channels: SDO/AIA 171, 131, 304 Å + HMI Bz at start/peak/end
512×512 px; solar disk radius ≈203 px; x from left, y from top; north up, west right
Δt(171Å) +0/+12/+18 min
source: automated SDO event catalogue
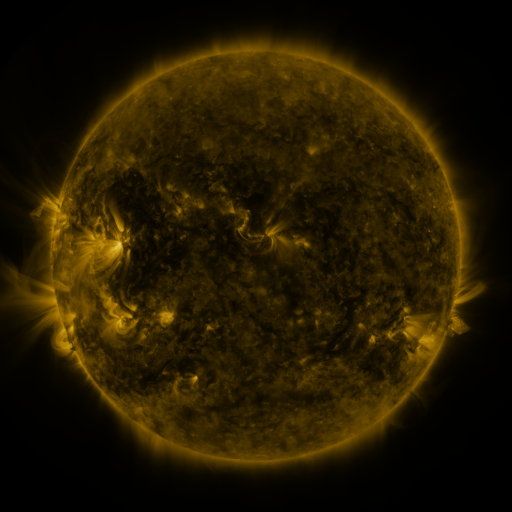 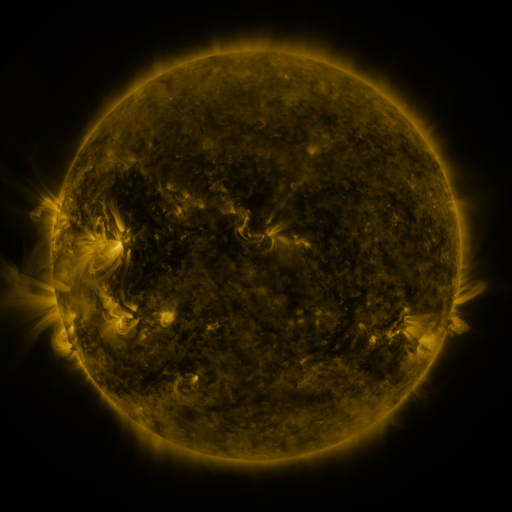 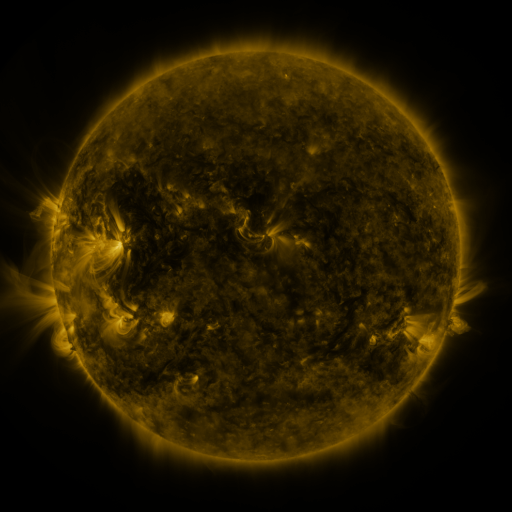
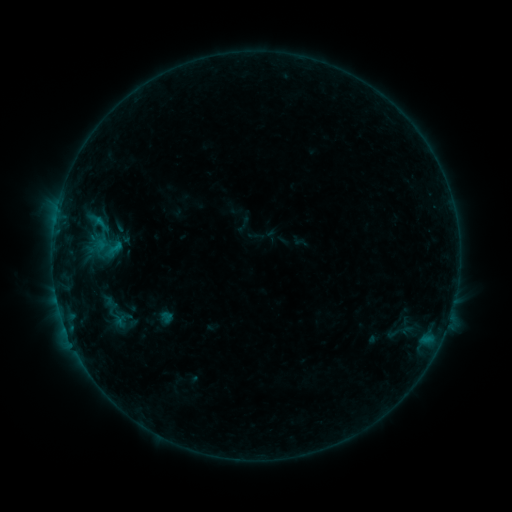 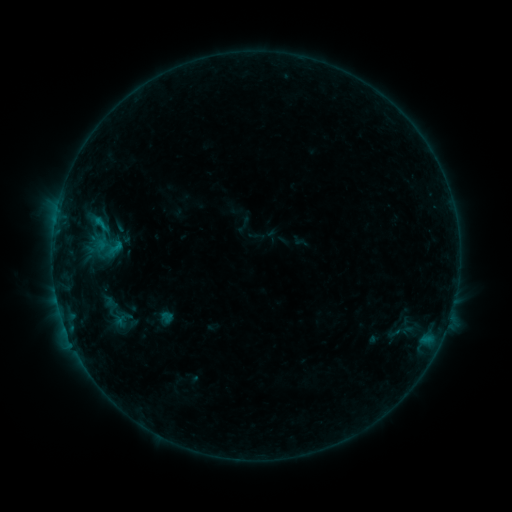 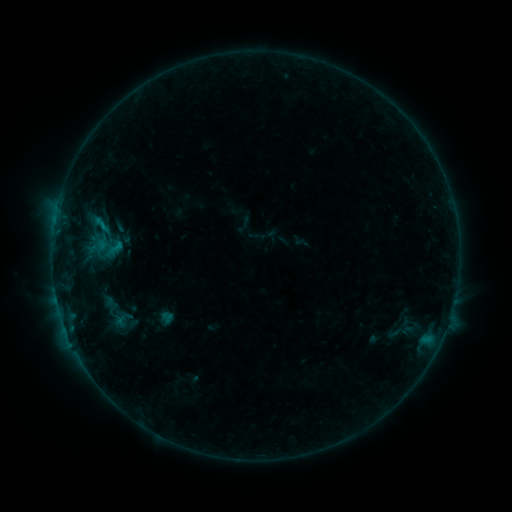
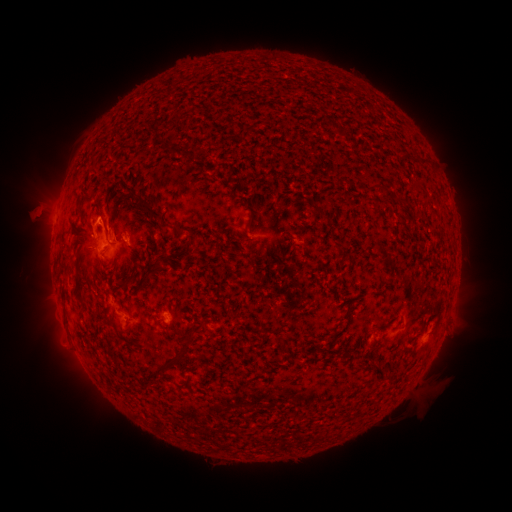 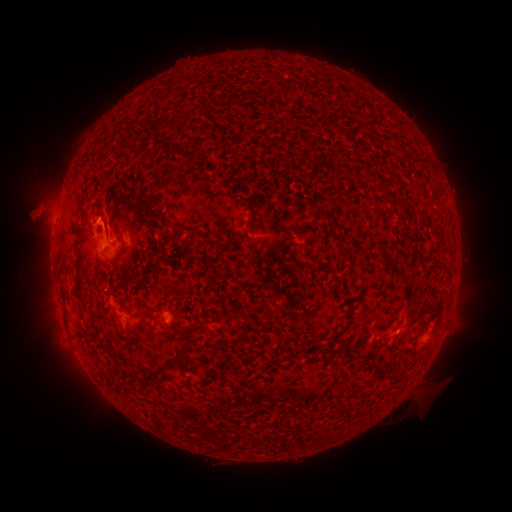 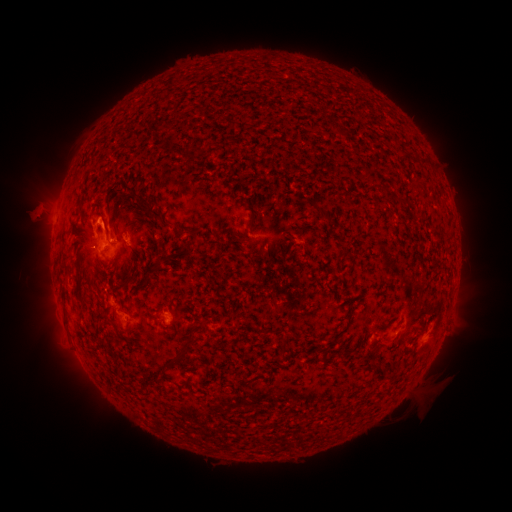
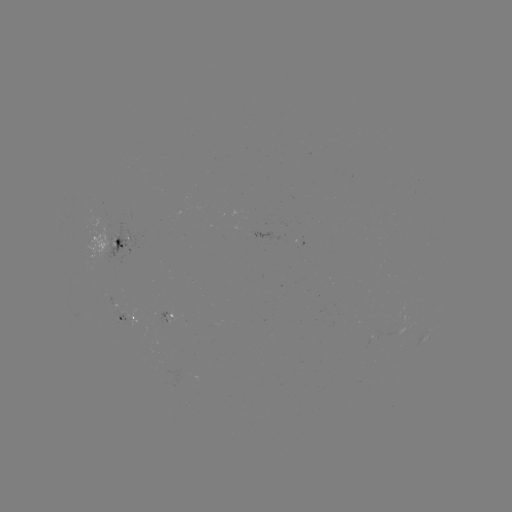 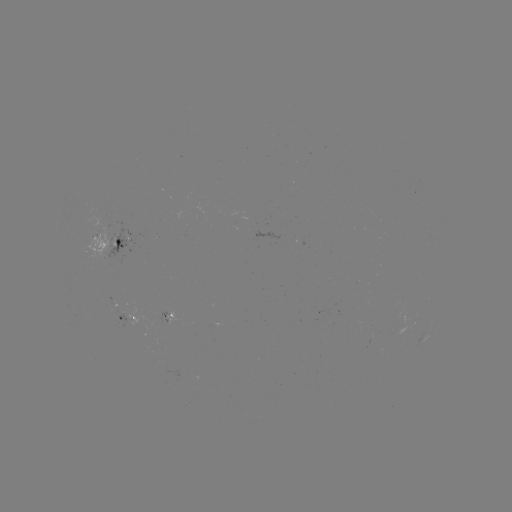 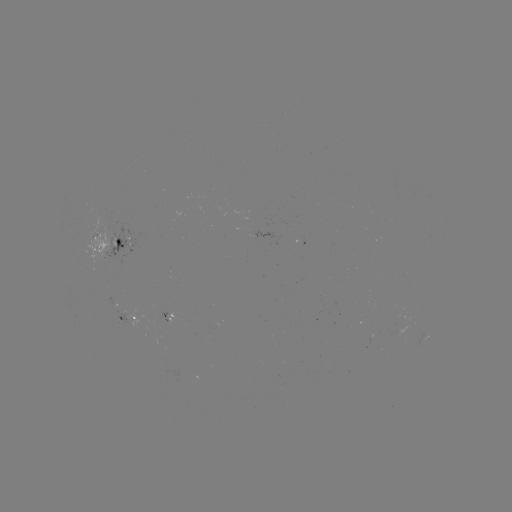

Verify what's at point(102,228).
B7.2 flare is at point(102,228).